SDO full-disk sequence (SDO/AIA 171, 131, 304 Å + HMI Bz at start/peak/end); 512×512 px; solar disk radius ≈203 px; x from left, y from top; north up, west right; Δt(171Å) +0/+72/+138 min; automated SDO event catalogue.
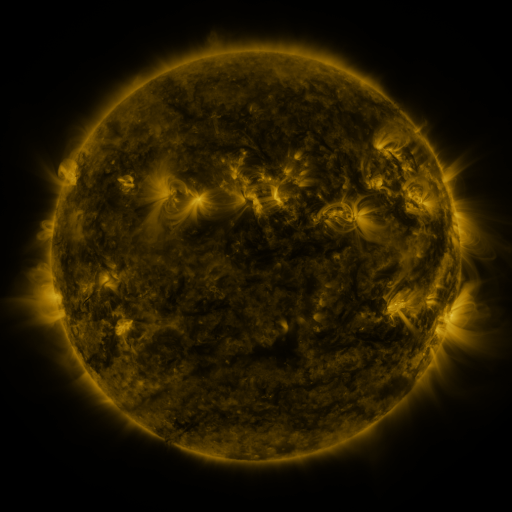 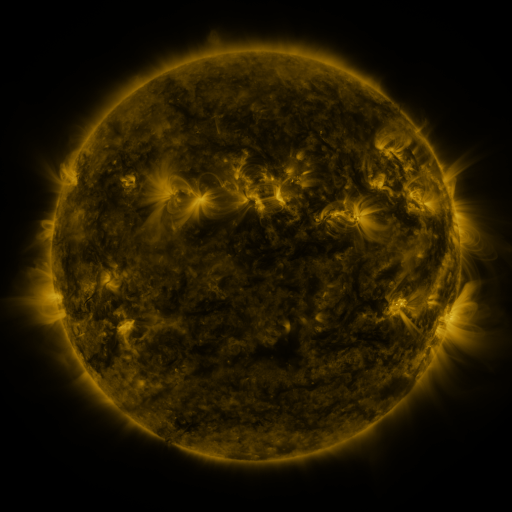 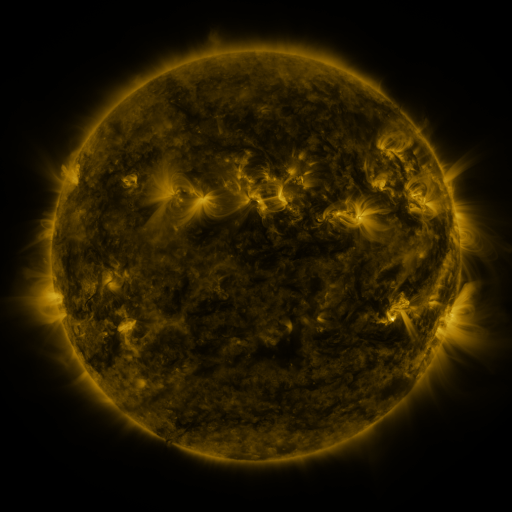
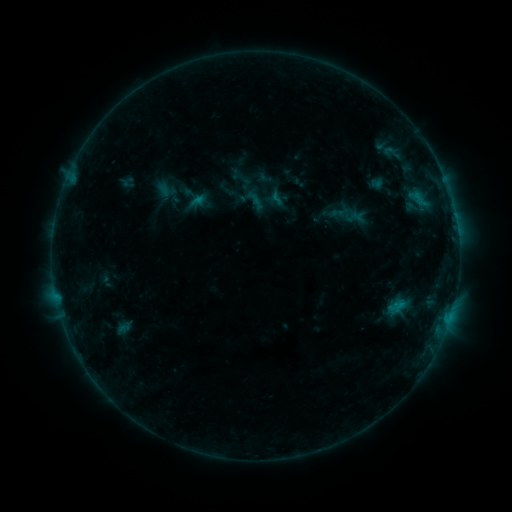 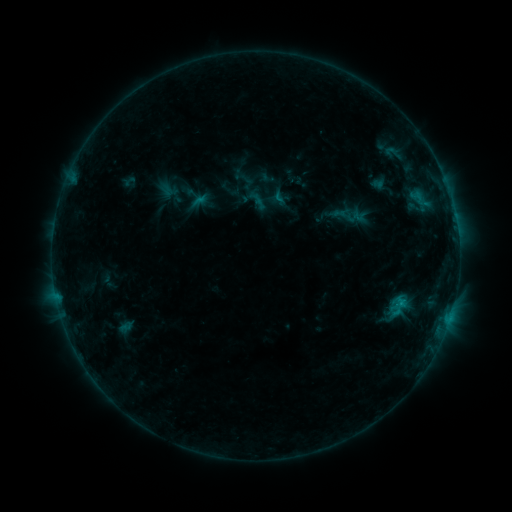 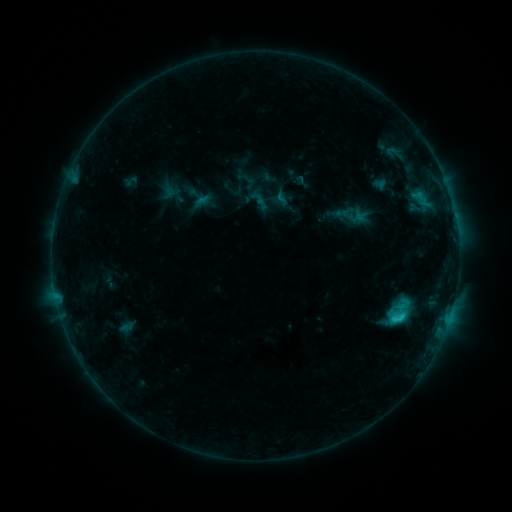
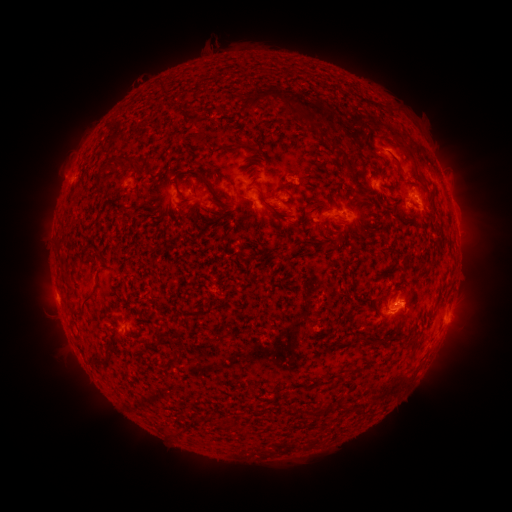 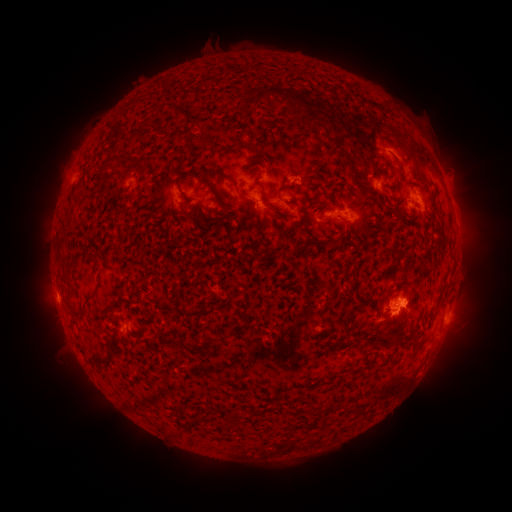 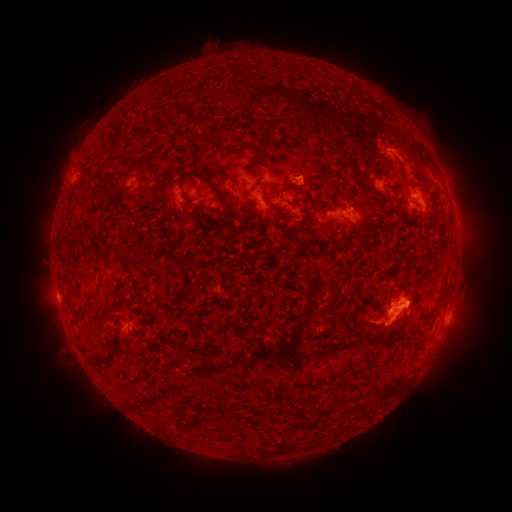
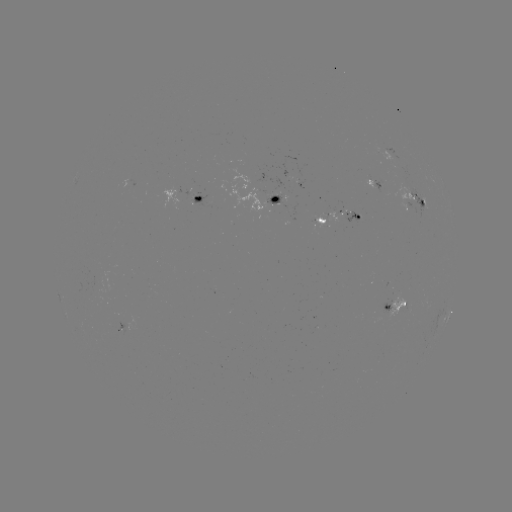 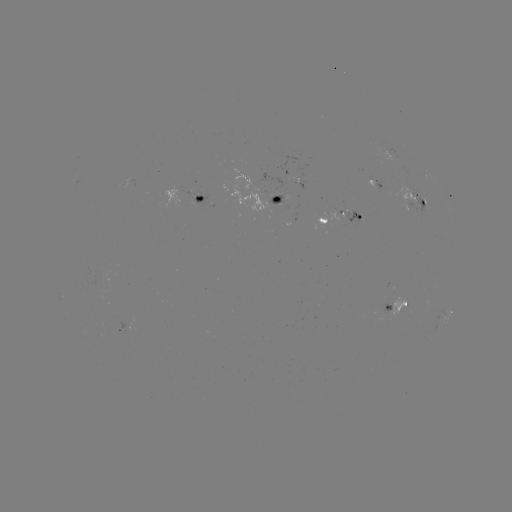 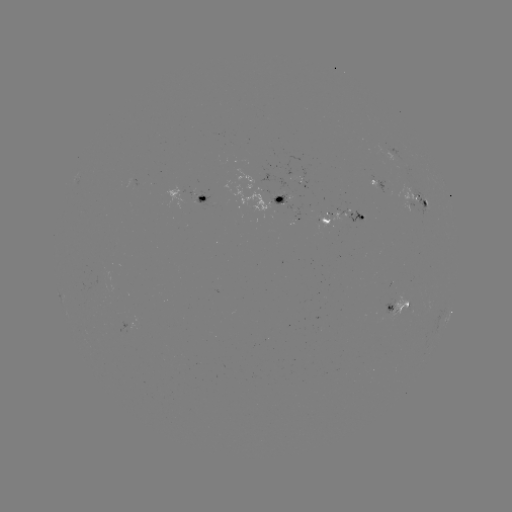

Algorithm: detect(filament eruption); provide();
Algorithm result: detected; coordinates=400,334